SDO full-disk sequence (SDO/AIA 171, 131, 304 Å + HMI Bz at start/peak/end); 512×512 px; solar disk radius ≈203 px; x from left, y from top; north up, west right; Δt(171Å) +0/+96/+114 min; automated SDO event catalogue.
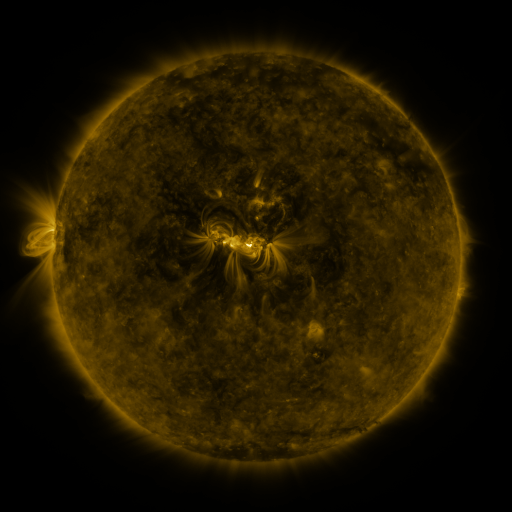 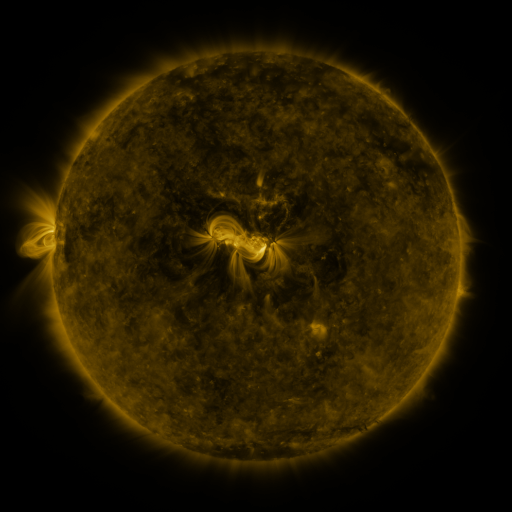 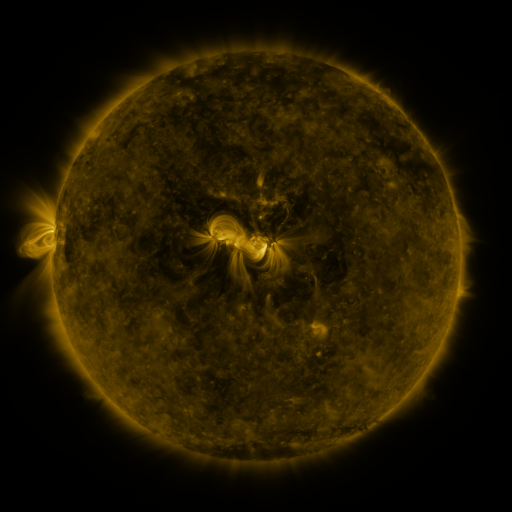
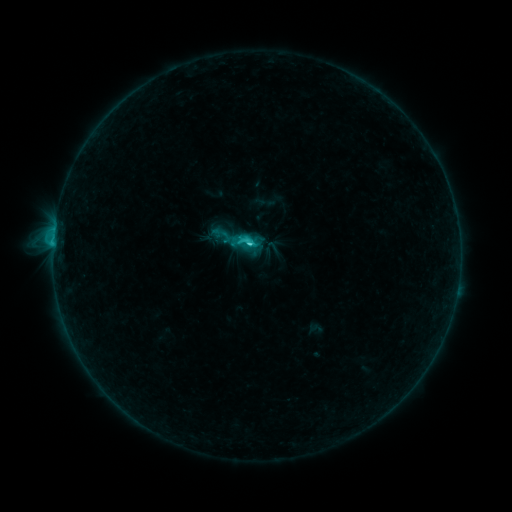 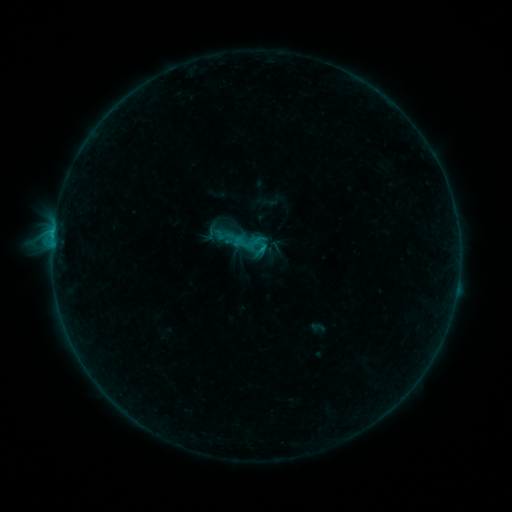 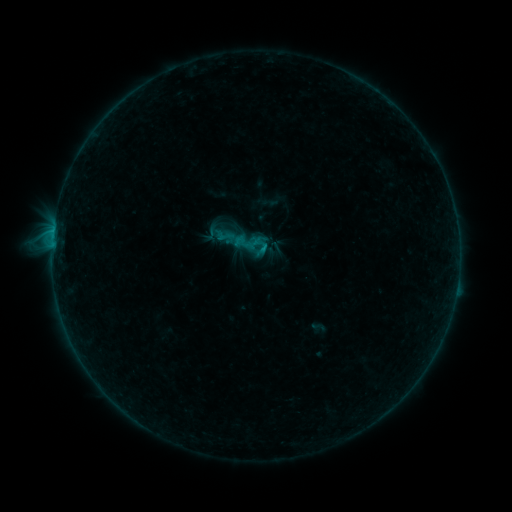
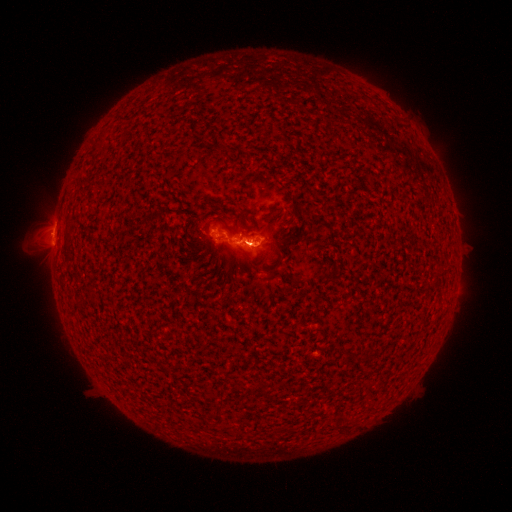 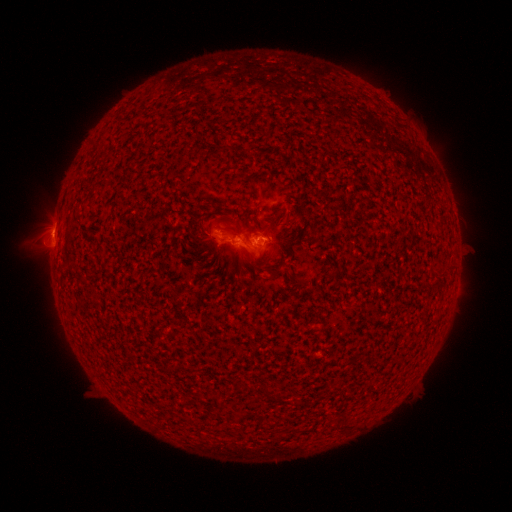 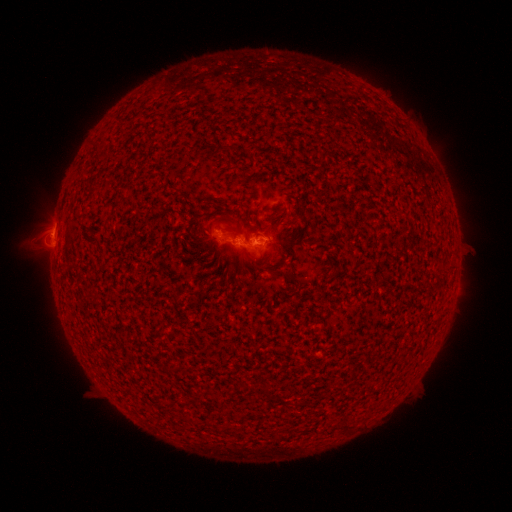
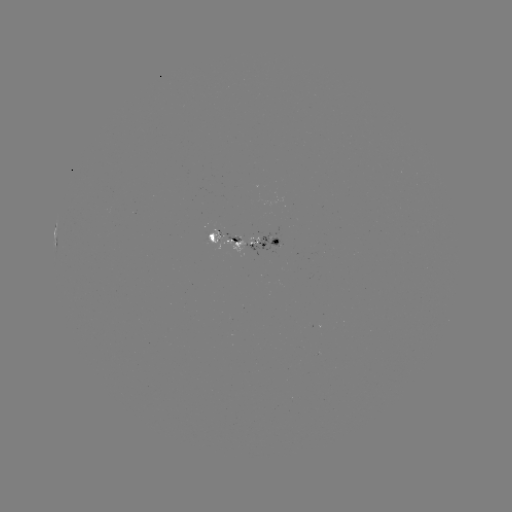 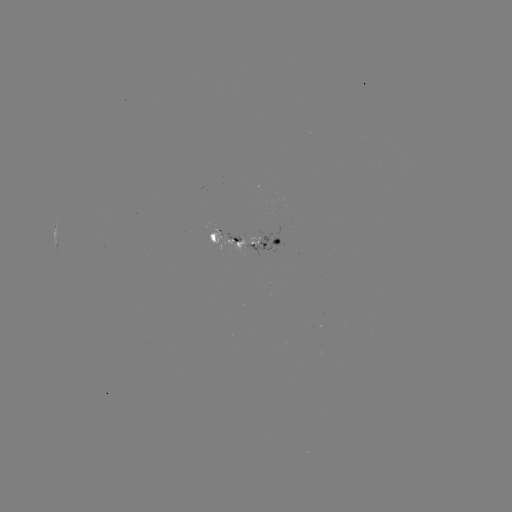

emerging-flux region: [241, 234, 258, 243]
